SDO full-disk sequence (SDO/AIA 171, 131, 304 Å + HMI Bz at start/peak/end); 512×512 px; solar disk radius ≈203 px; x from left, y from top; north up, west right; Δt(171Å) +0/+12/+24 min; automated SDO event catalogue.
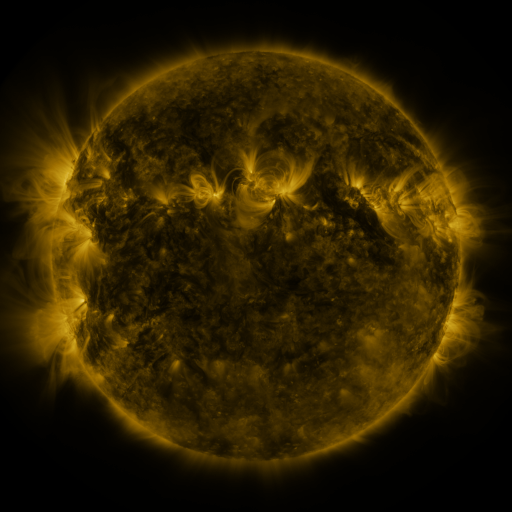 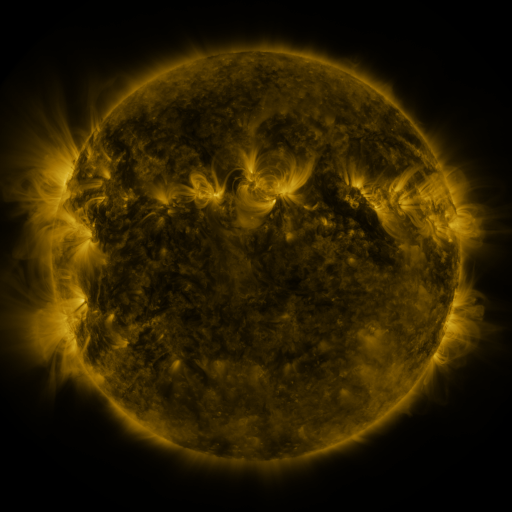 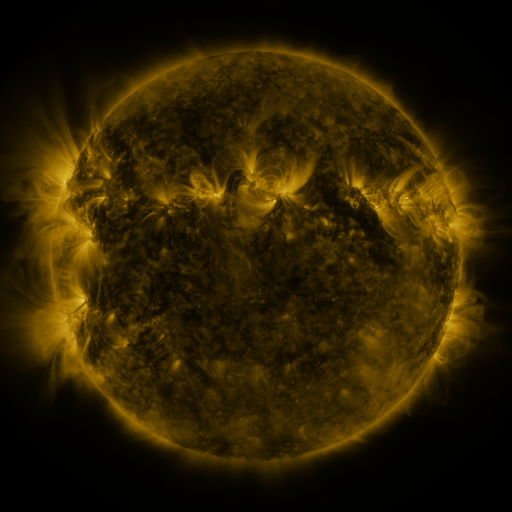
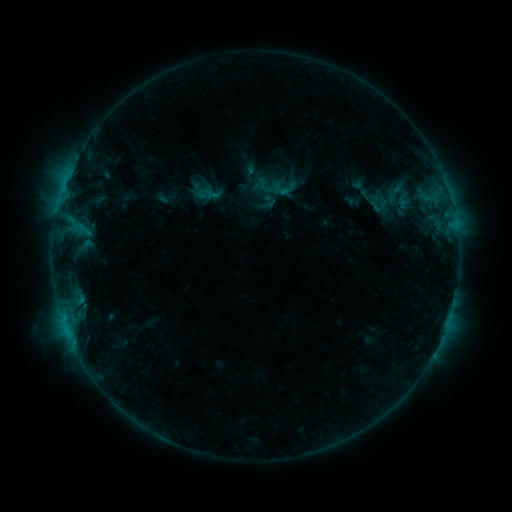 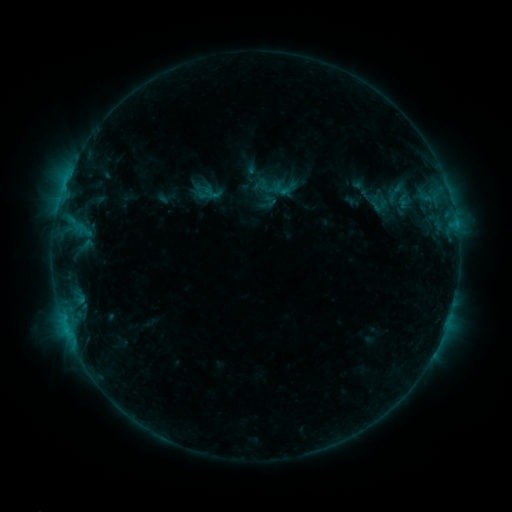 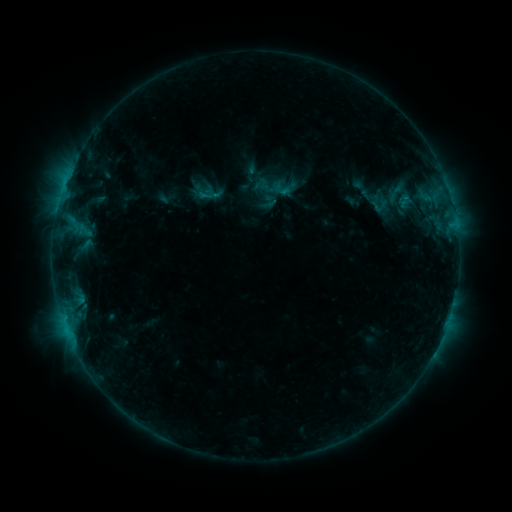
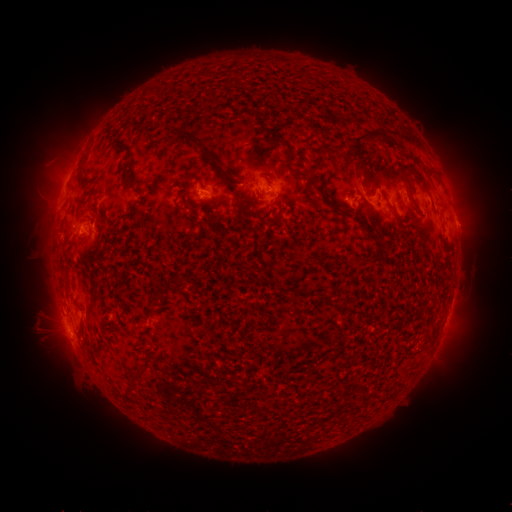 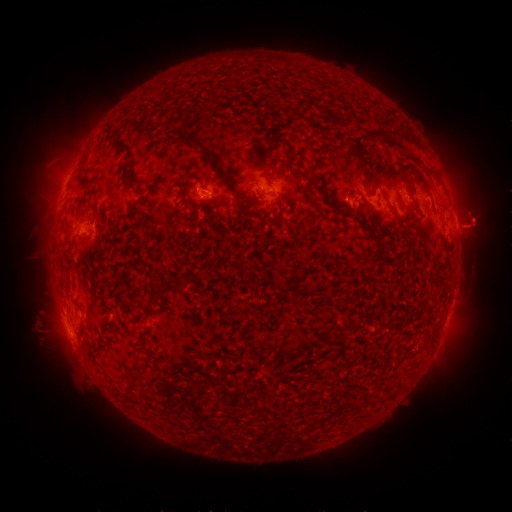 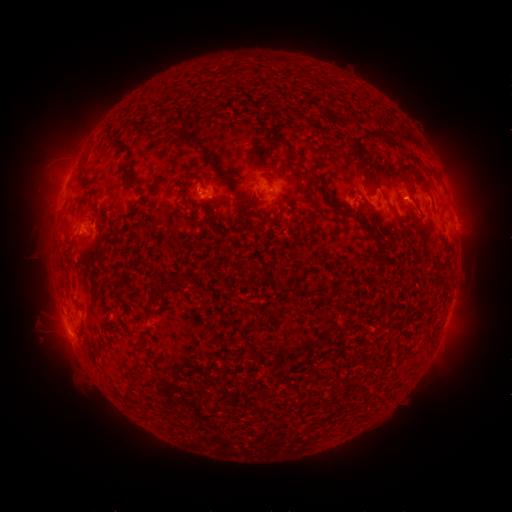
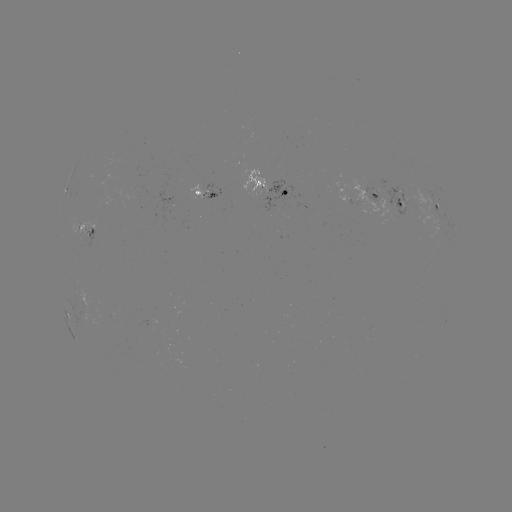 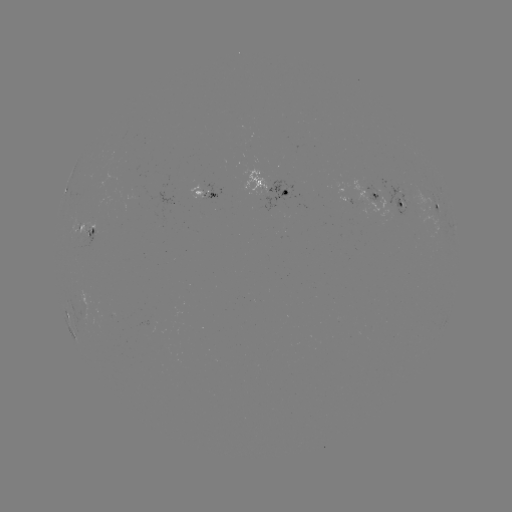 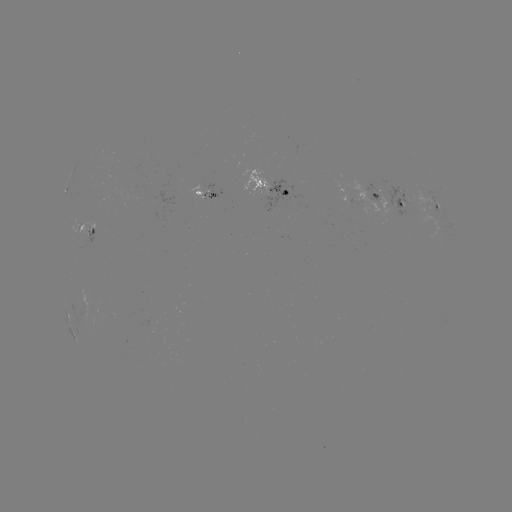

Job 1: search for eruption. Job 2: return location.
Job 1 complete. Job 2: [477, 227].